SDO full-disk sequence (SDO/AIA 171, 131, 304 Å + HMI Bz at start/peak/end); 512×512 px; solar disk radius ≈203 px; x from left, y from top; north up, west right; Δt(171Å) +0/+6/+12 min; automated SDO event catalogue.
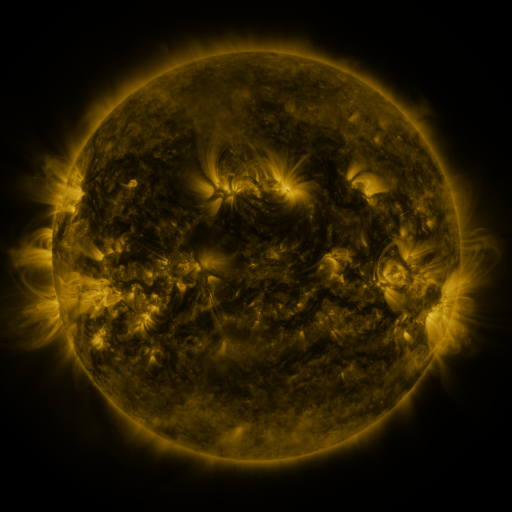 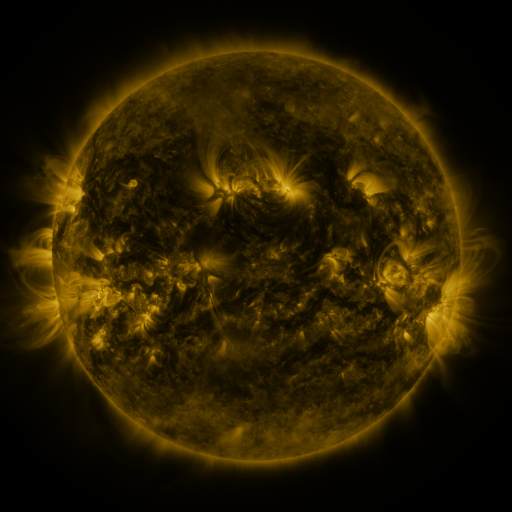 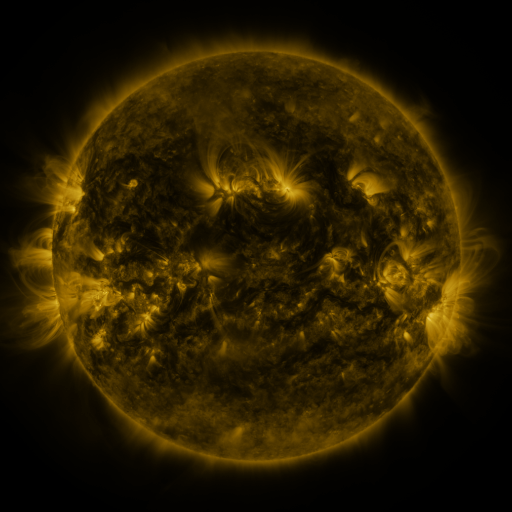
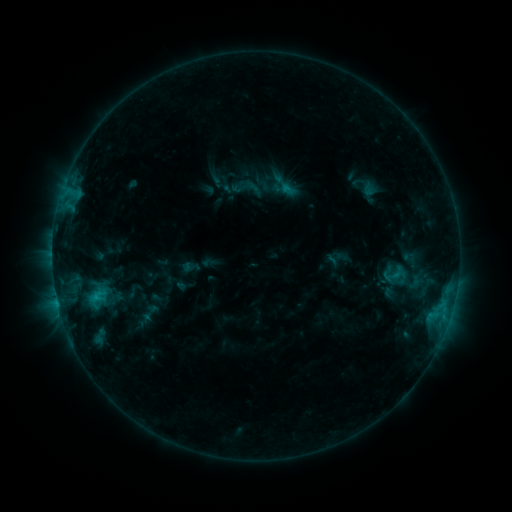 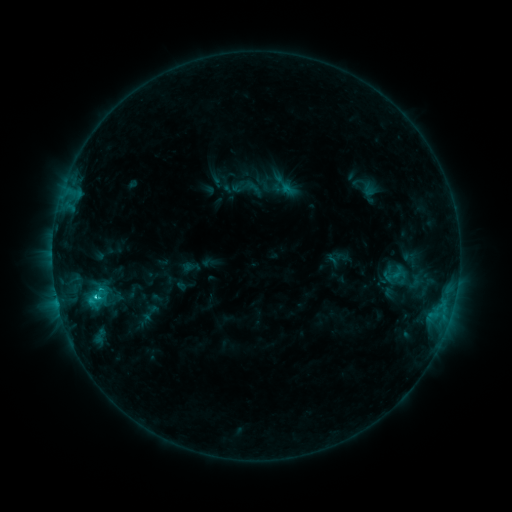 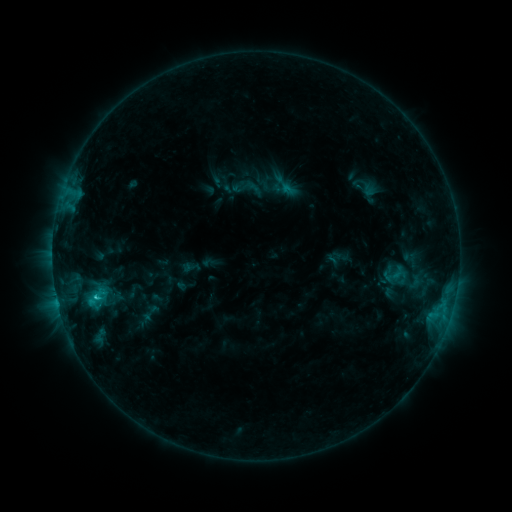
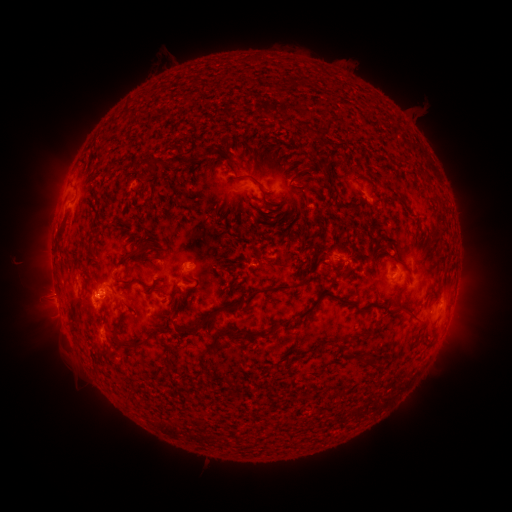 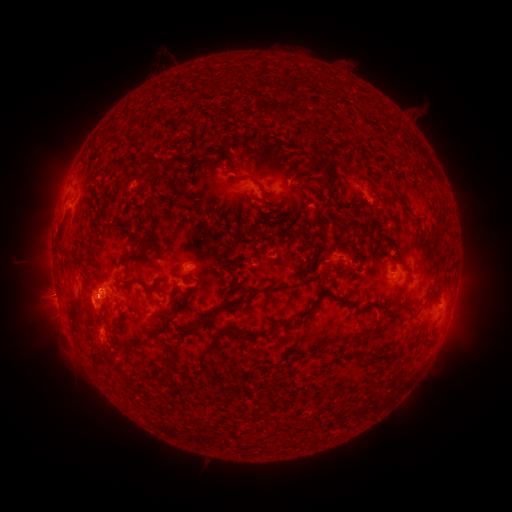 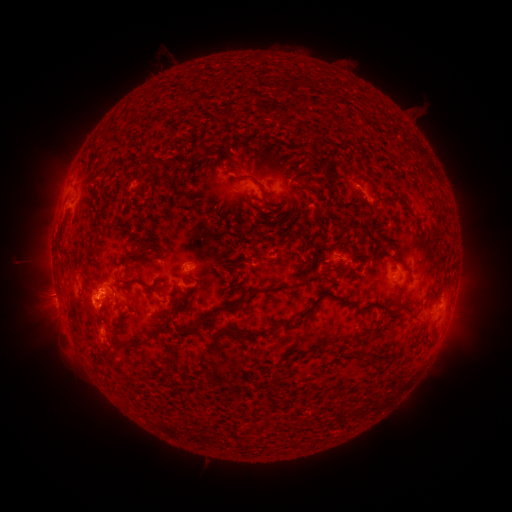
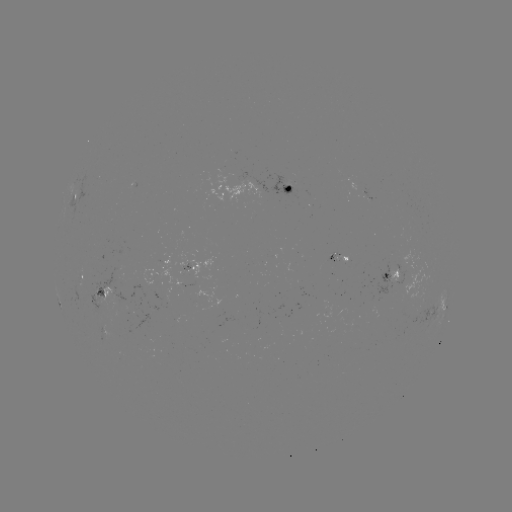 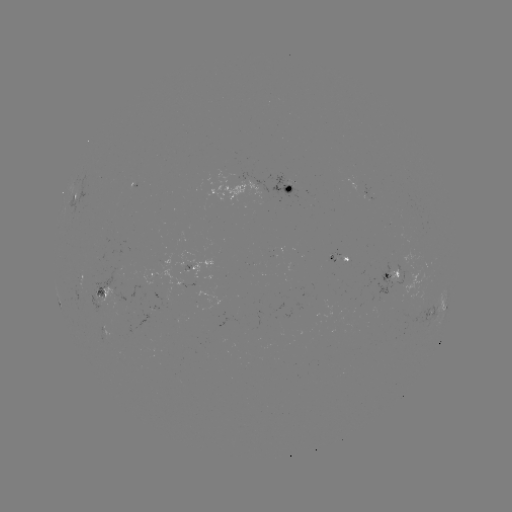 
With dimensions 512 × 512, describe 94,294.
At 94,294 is C1.8 flare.